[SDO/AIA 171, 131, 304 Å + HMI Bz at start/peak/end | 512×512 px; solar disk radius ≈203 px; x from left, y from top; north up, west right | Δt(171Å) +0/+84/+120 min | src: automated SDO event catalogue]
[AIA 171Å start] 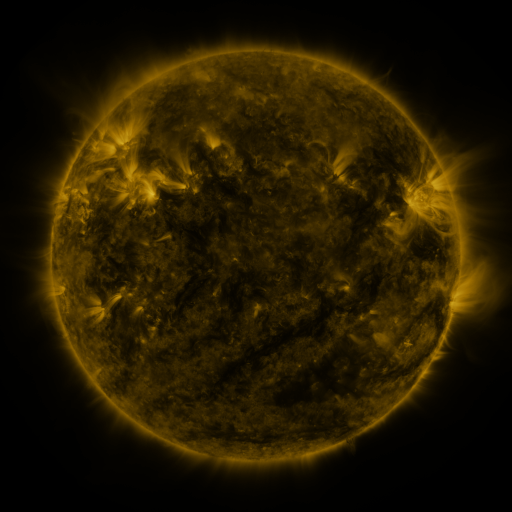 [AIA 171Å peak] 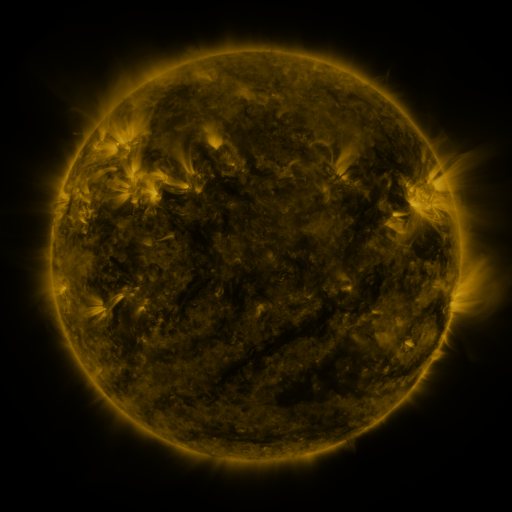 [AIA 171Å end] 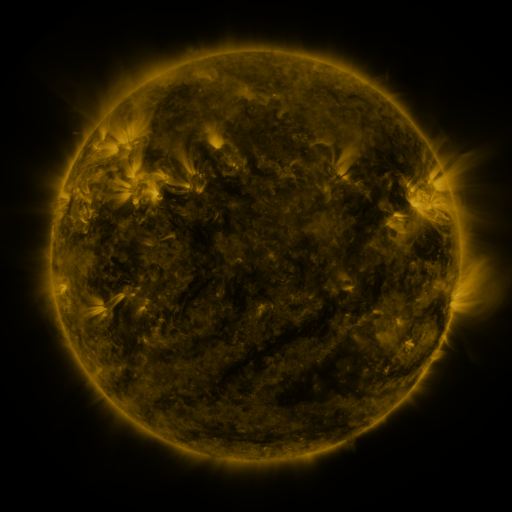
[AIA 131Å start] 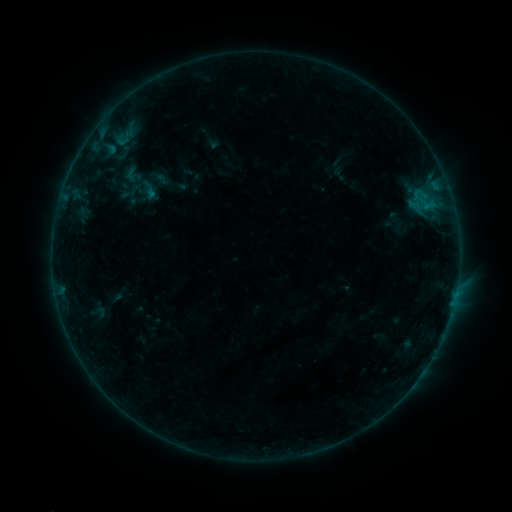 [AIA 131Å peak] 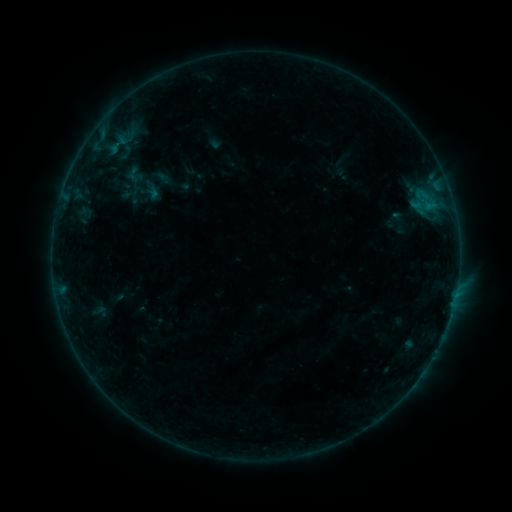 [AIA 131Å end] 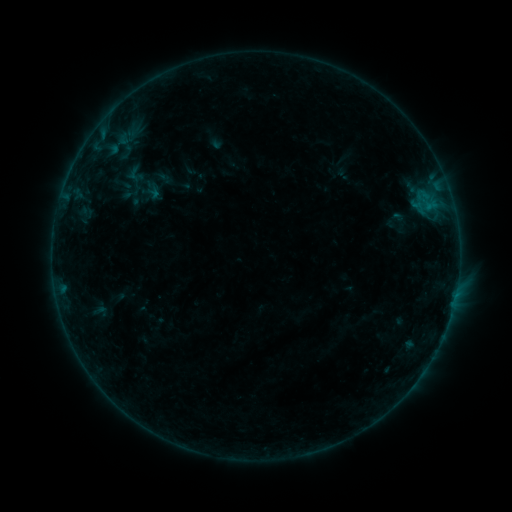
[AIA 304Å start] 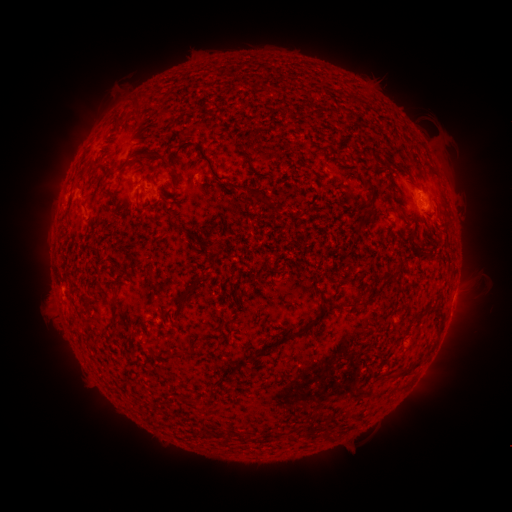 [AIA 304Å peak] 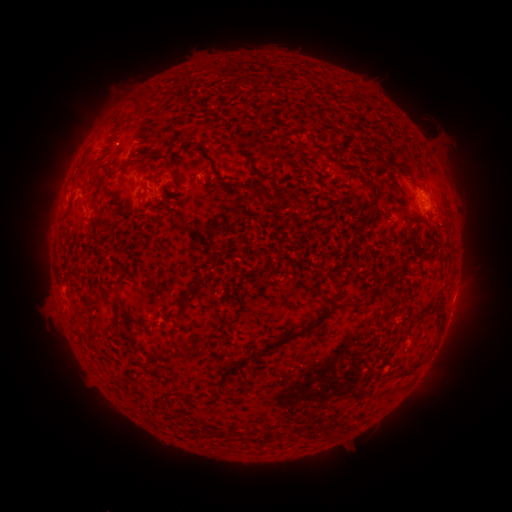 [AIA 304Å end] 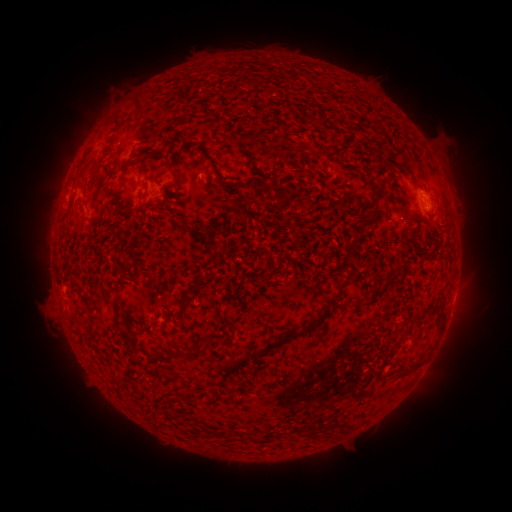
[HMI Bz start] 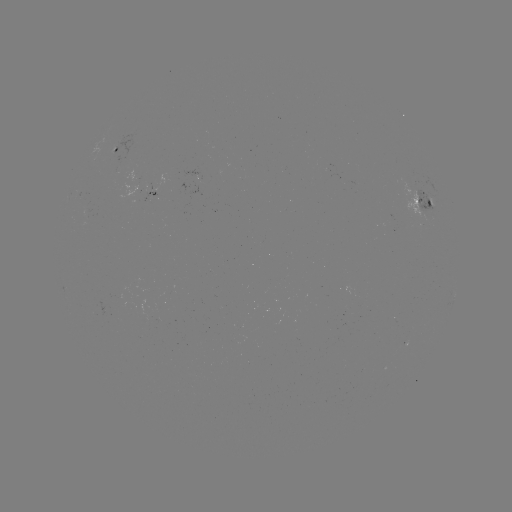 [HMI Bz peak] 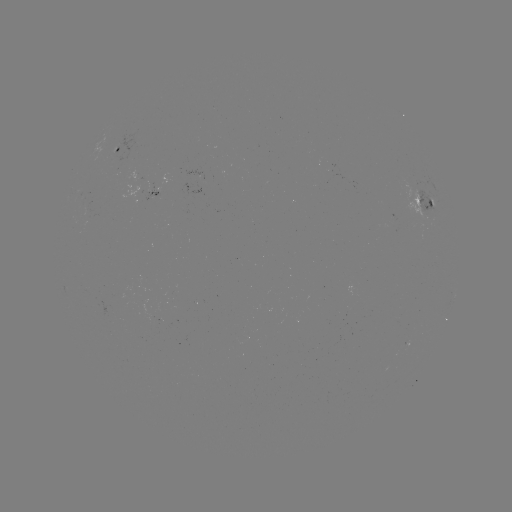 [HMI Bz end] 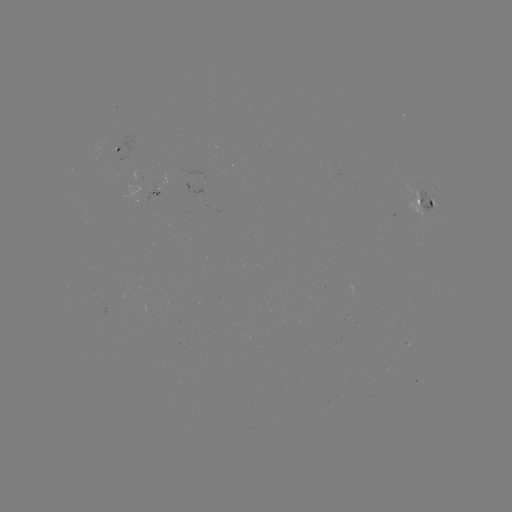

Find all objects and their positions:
emerging-flux region: (90, 213)
